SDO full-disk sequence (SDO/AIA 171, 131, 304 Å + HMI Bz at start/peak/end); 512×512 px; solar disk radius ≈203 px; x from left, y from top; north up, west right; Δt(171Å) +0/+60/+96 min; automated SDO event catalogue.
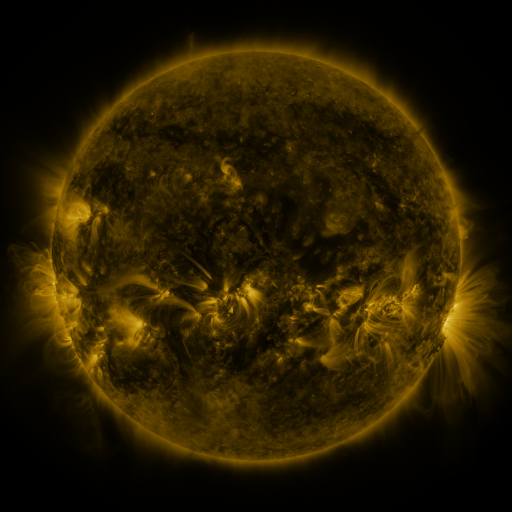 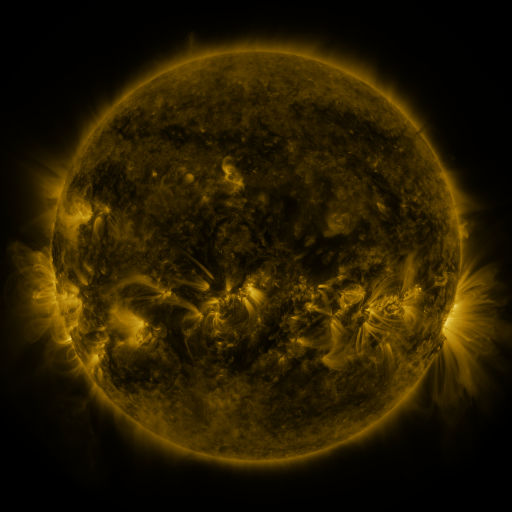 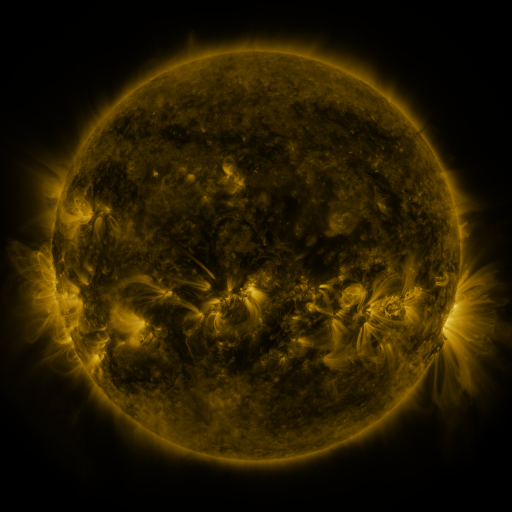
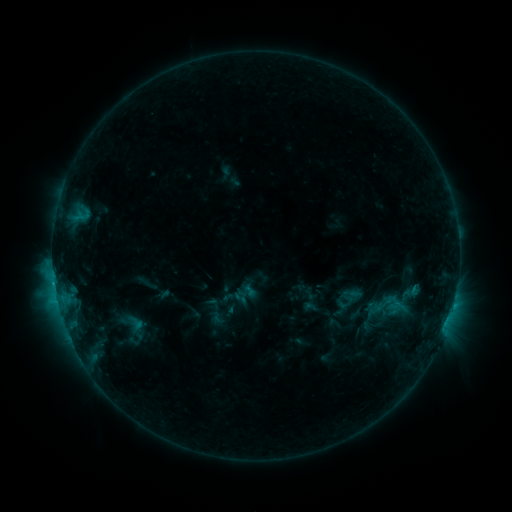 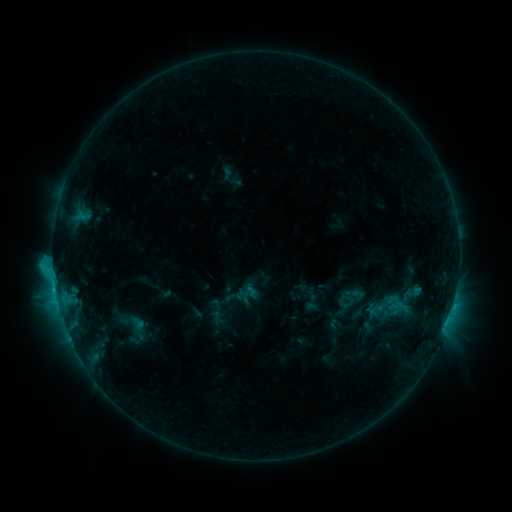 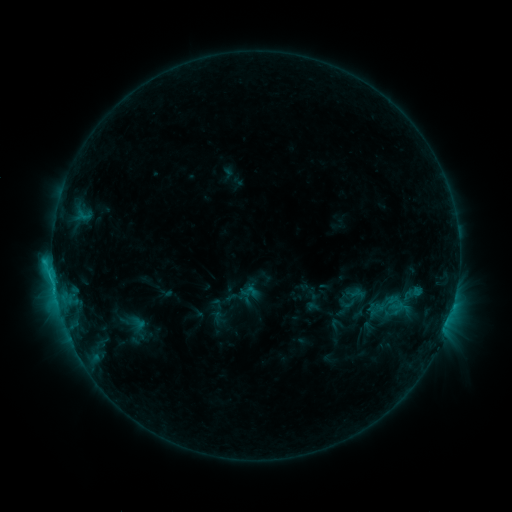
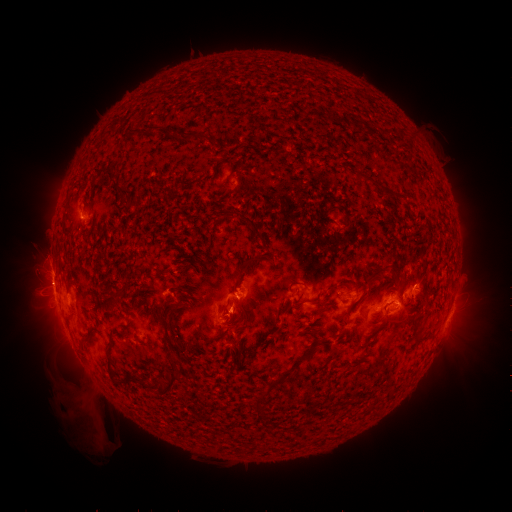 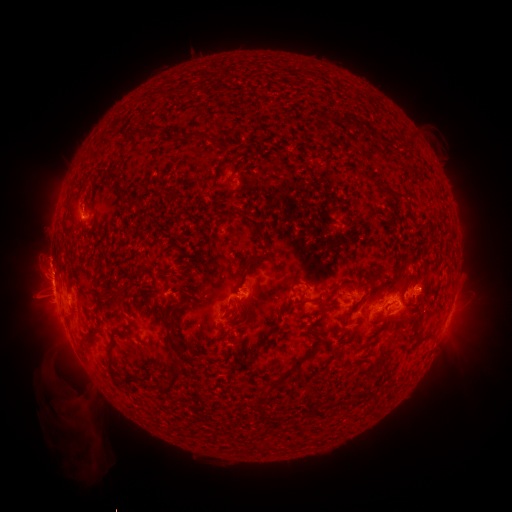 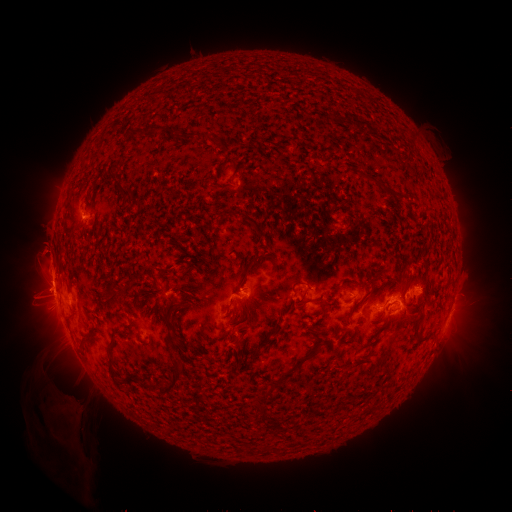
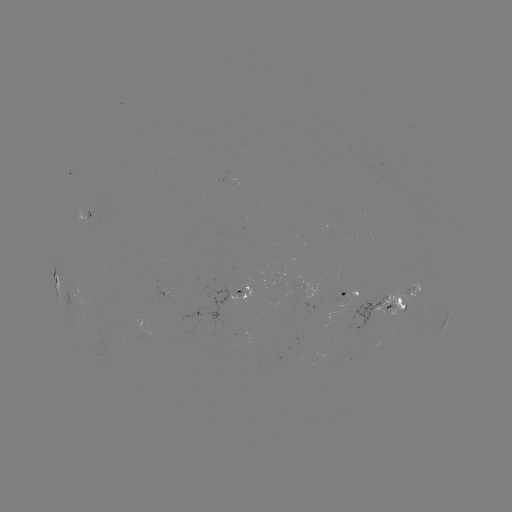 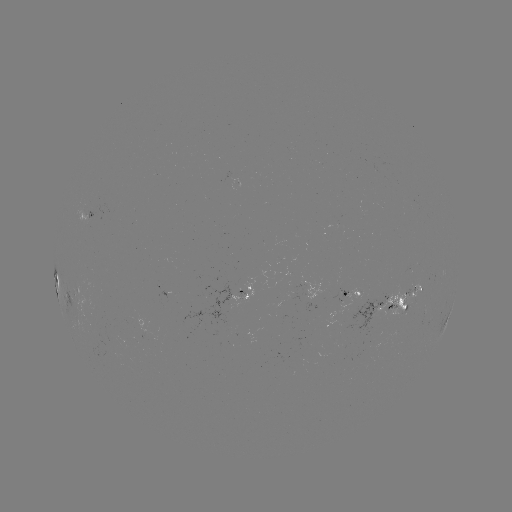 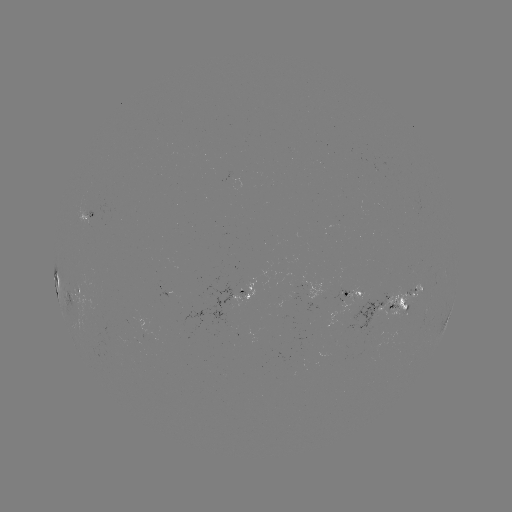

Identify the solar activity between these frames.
emerging-flux region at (342, 295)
